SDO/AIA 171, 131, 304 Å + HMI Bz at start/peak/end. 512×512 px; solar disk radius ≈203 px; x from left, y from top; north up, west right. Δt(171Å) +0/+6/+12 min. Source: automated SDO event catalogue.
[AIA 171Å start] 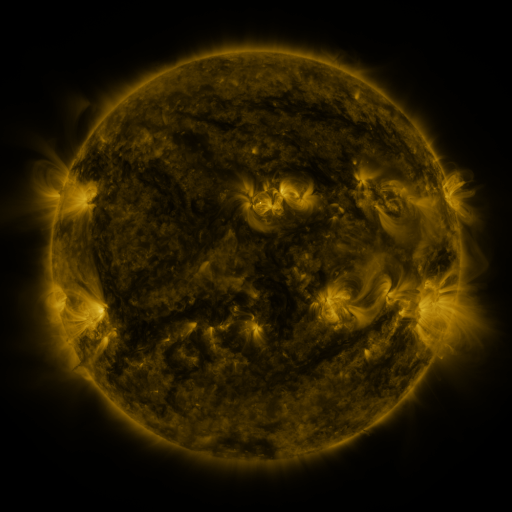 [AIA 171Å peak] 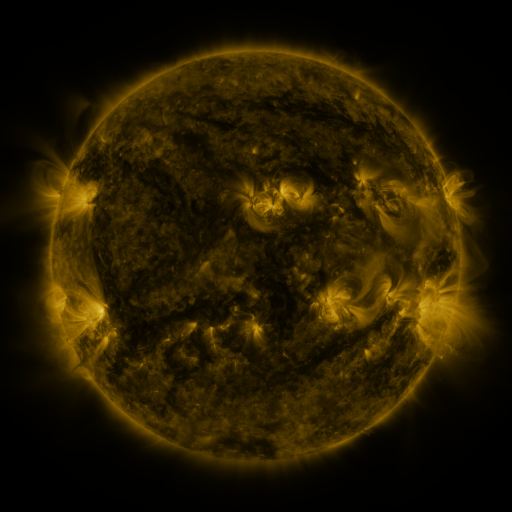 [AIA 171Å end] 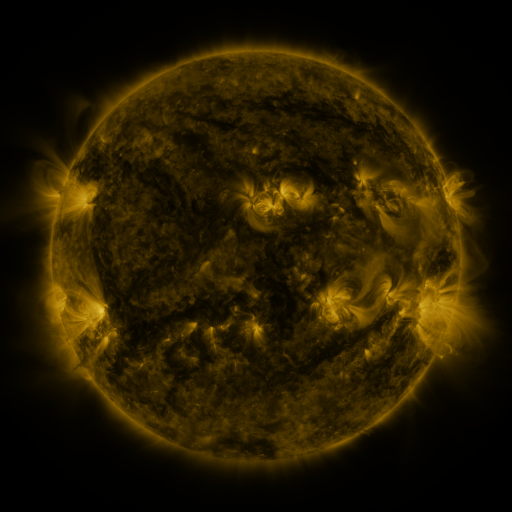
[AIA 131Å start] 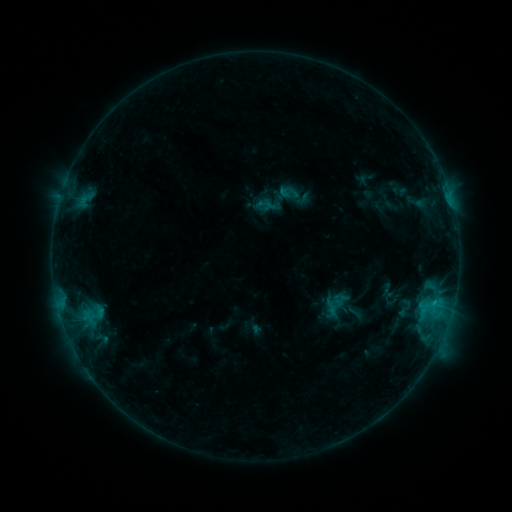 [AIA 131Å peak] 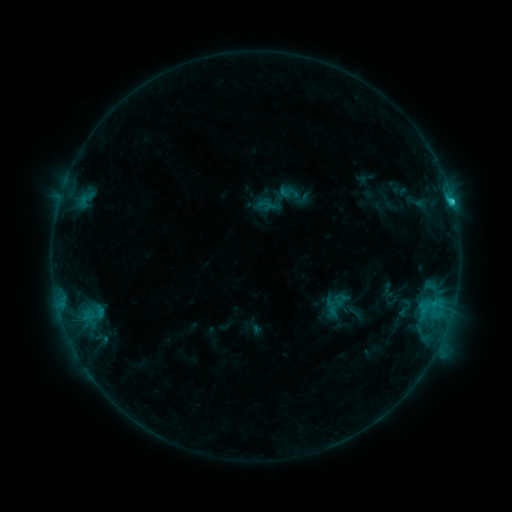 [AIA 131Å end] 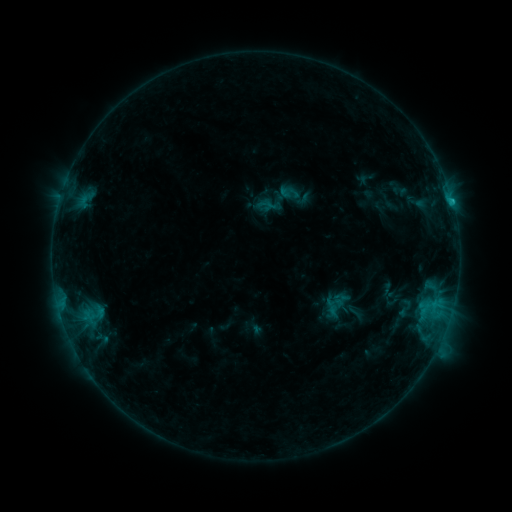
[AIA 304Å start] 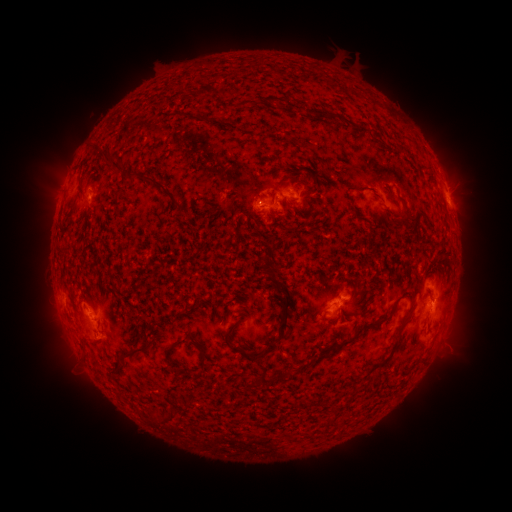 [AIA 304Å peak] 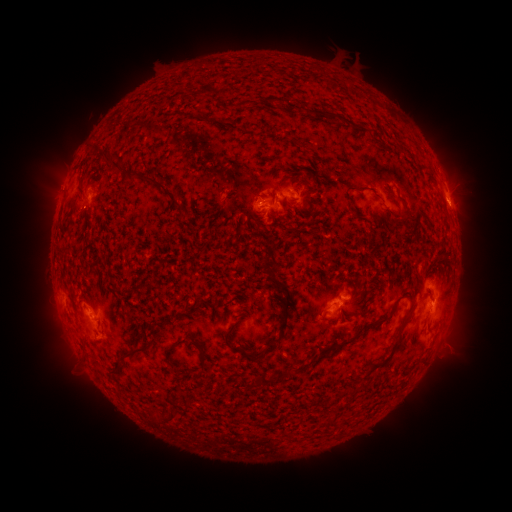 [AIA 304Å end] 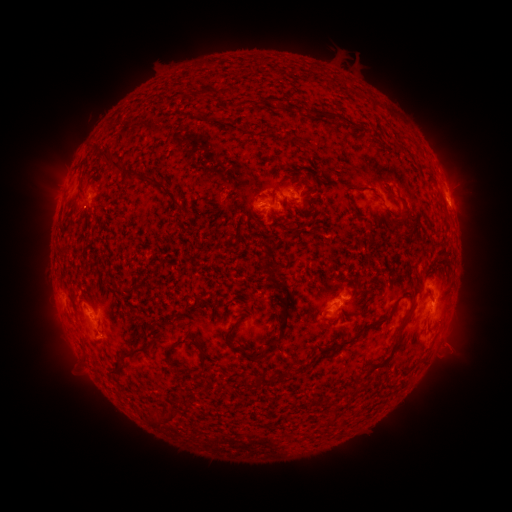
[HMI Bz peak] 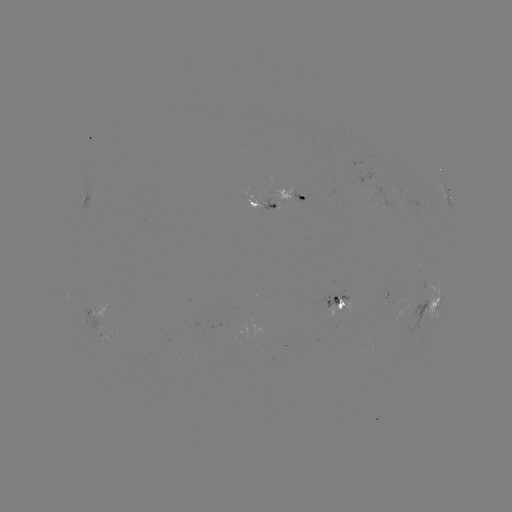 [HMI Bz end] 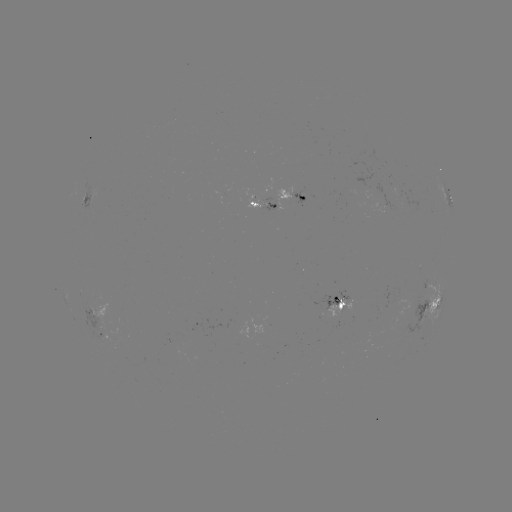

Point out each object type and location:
C1.3 flare: (451, 201)
